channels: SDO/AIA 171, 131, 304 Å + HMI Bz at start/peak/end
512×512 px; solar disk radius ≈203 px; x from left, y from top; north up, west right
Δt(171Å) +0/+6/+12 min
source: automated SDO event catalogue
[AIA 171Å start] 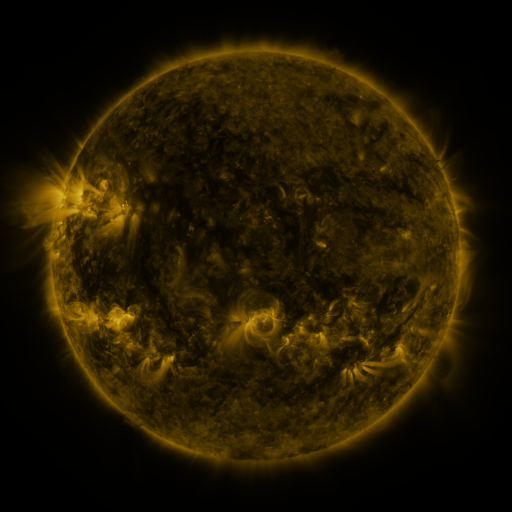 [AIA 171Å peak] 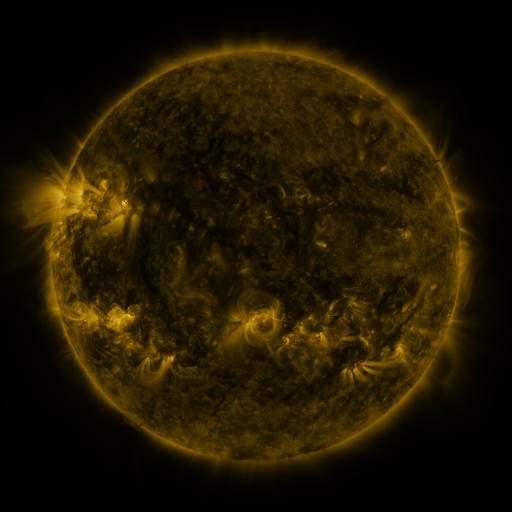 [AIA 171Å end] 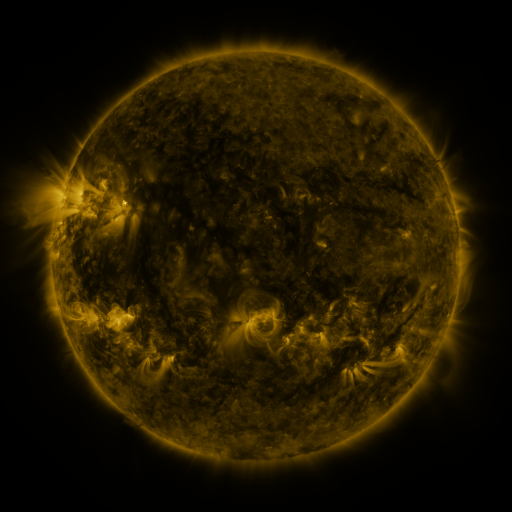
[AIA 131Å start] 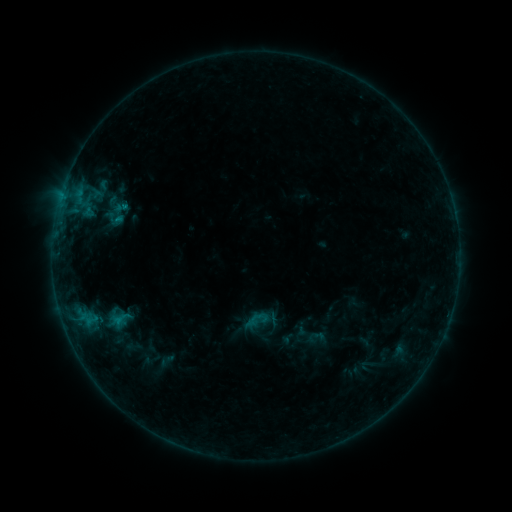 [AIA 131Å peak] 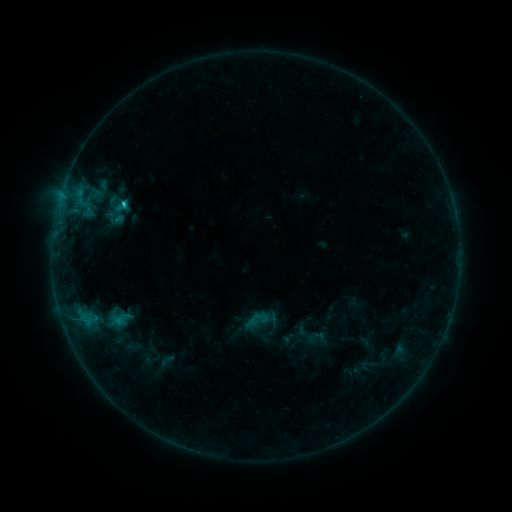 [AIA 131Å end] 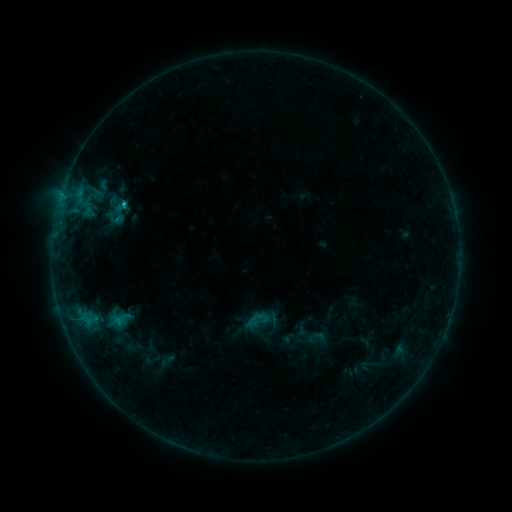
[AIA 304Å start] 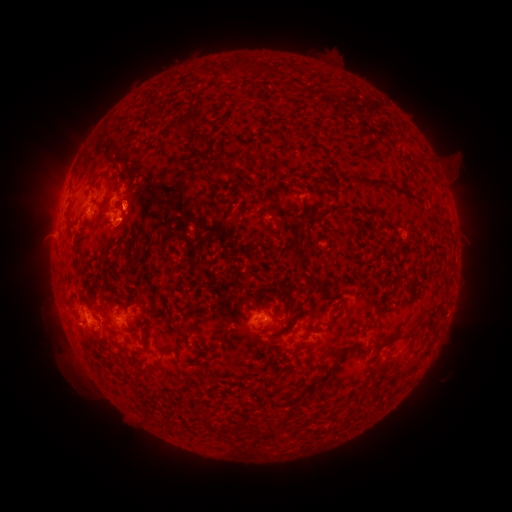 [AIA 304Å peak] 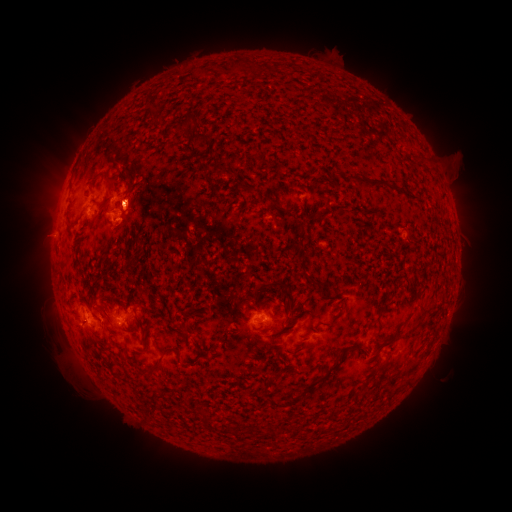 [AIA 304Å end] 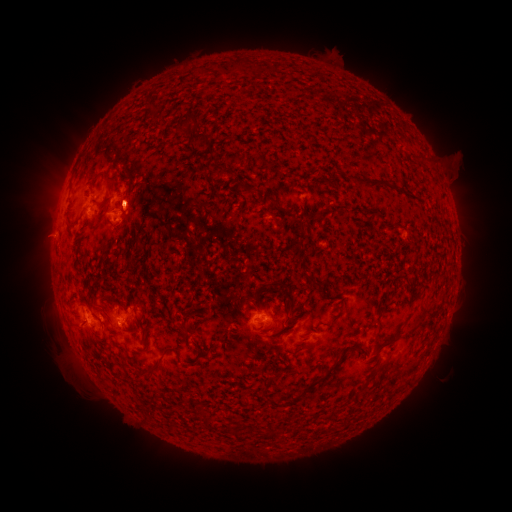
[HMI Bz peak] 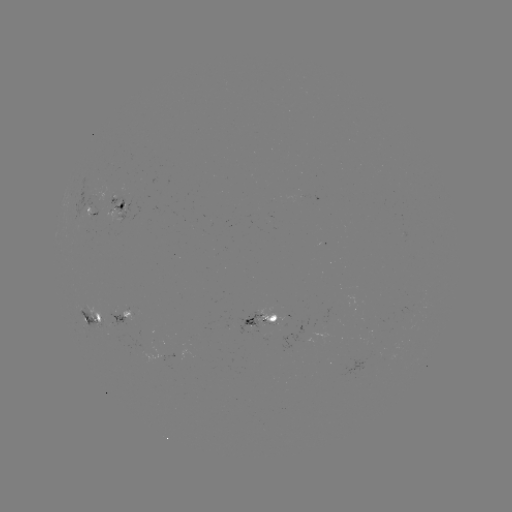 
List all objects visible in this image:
C1.4 flare: (124, 206)
